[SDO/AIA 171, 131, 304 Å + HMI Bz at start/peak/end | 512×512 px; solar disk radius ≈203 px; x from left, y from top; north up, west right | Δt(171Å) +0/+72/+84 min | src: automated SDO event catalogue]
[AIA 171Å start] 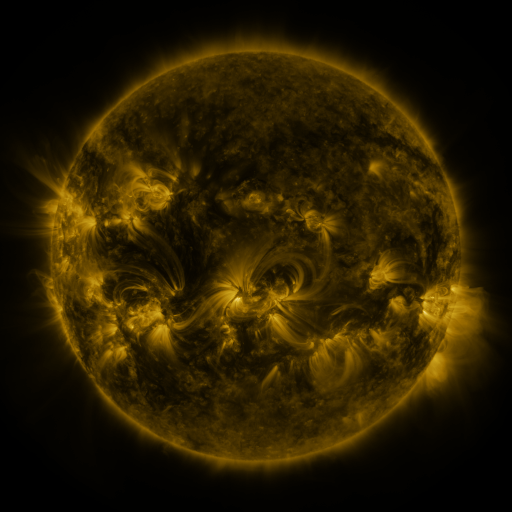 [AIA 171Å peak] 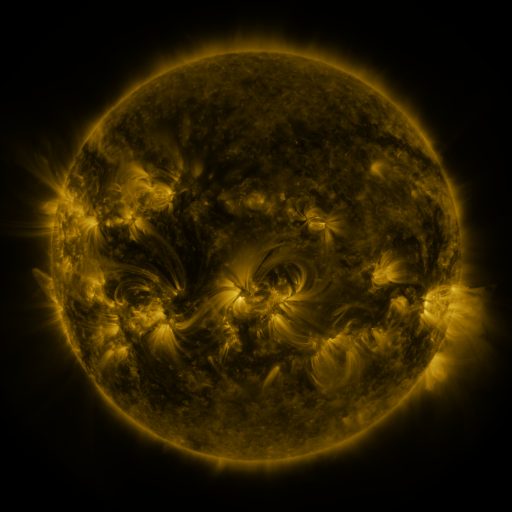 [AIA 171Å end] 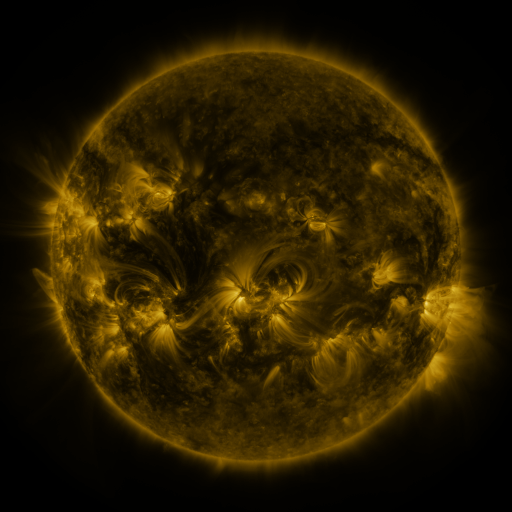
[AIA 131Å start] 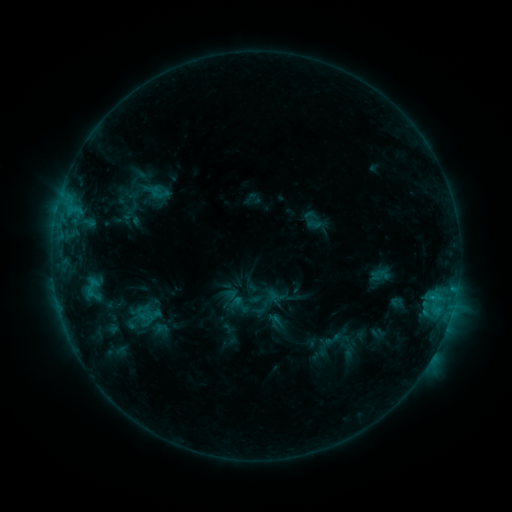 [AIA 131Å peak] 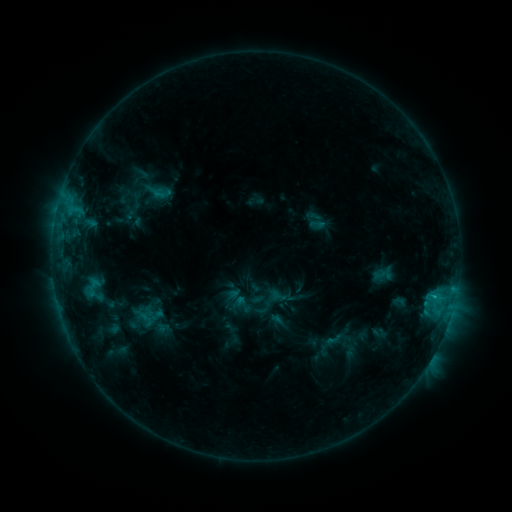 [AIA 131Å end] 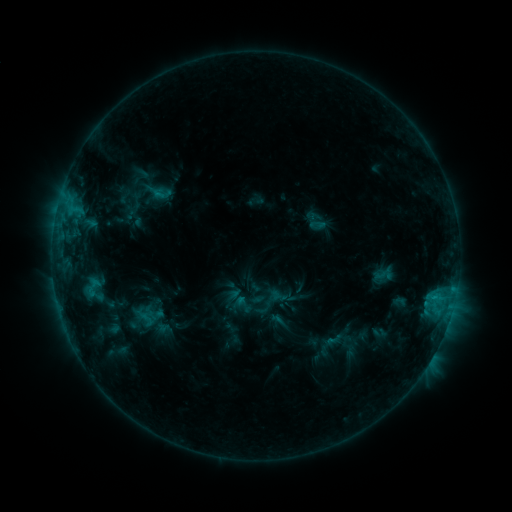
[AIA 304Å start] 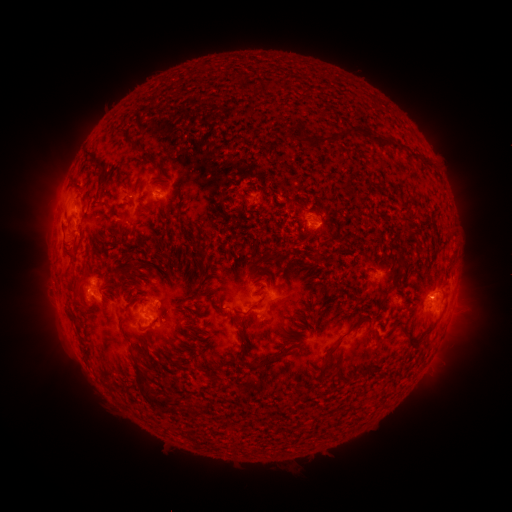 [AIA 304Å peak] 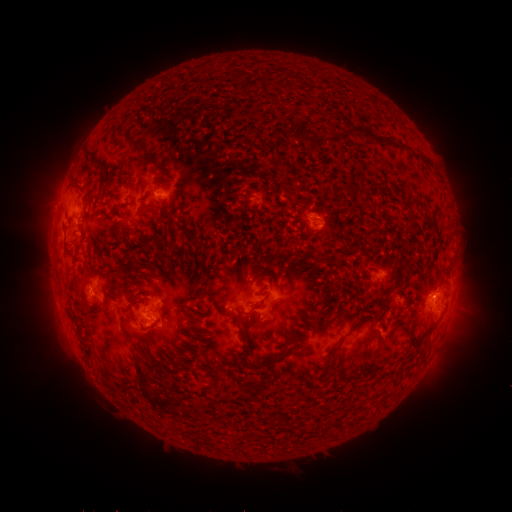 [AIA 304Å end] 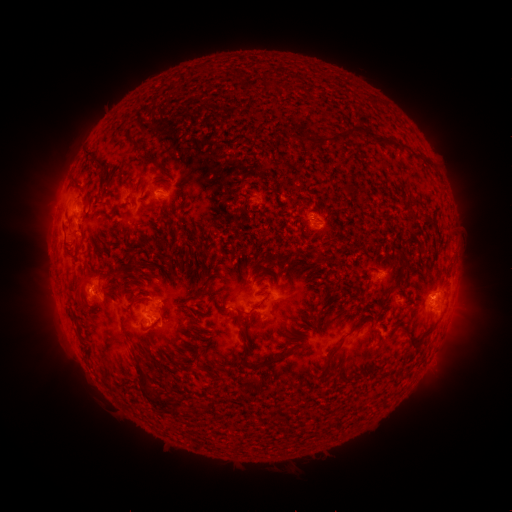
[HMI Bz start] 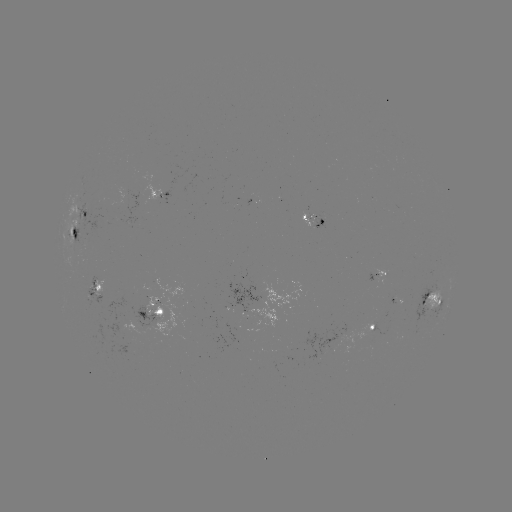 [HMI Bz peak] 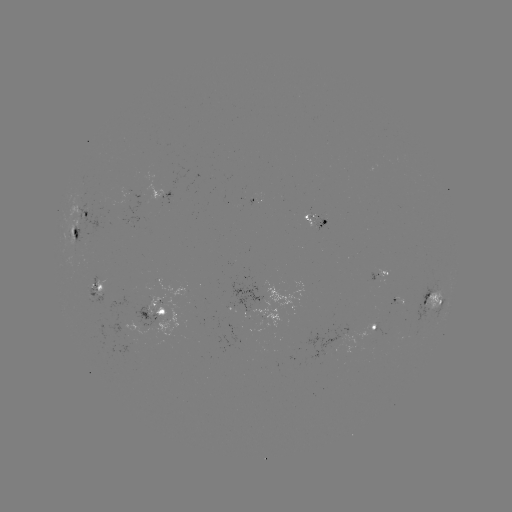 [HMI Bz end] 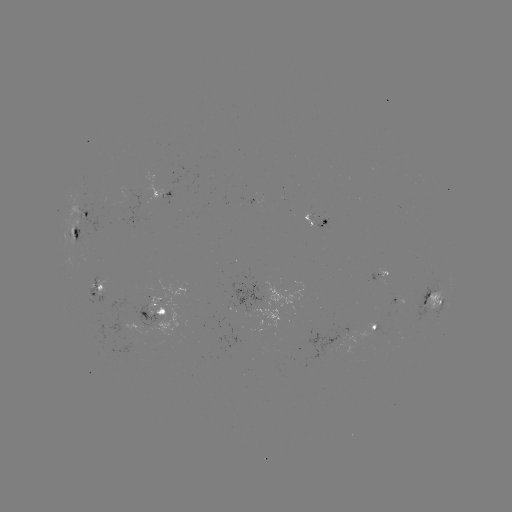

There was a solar emerging-flux region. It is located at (375, 277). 